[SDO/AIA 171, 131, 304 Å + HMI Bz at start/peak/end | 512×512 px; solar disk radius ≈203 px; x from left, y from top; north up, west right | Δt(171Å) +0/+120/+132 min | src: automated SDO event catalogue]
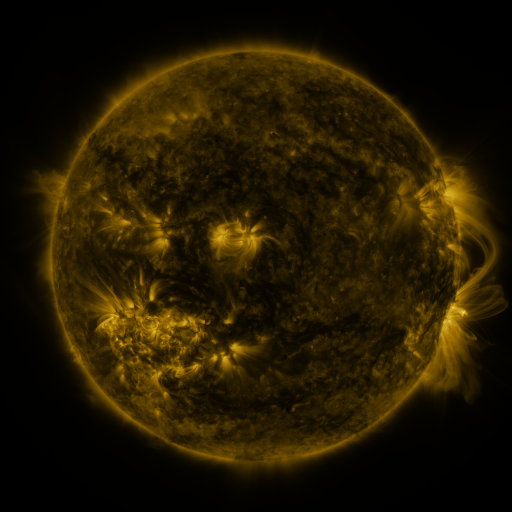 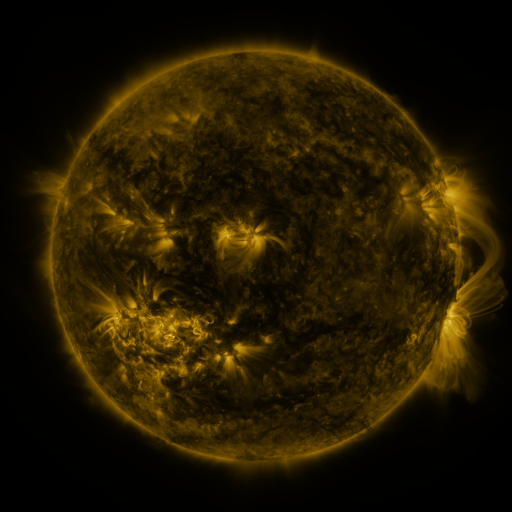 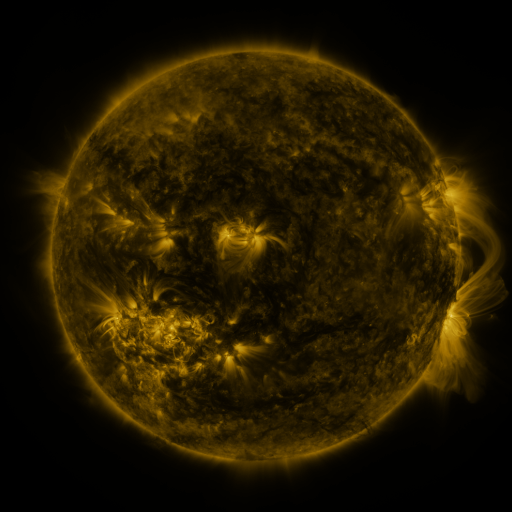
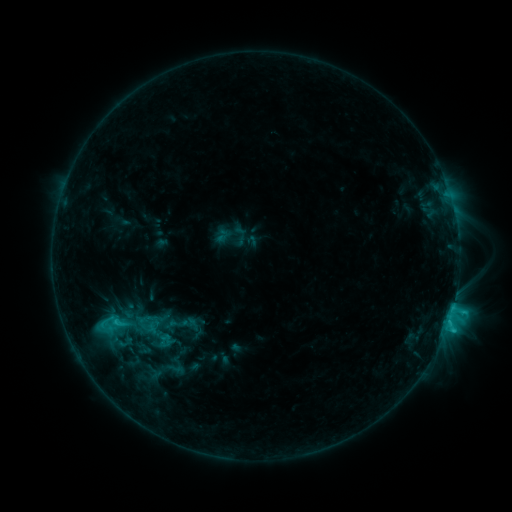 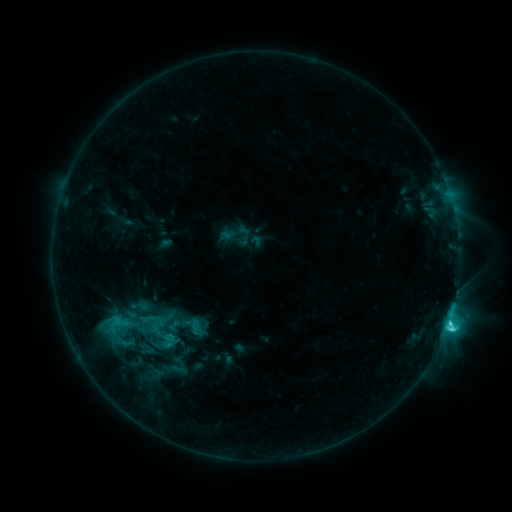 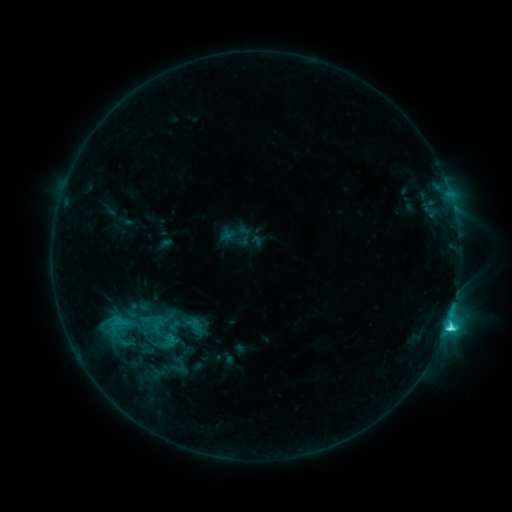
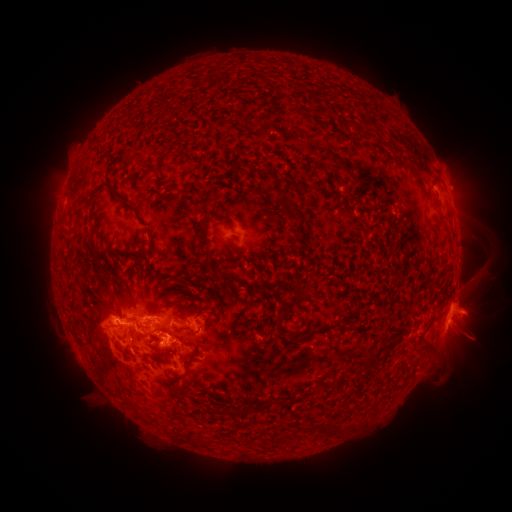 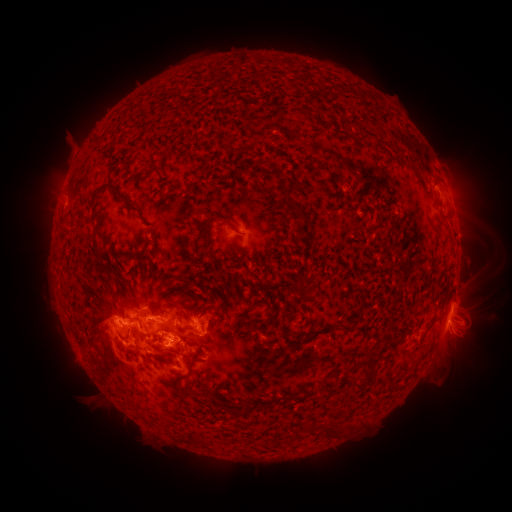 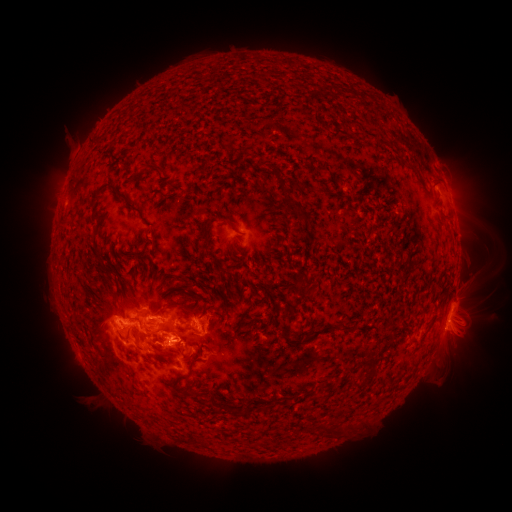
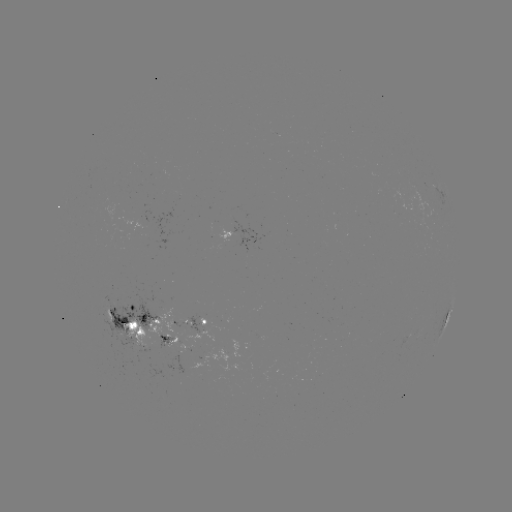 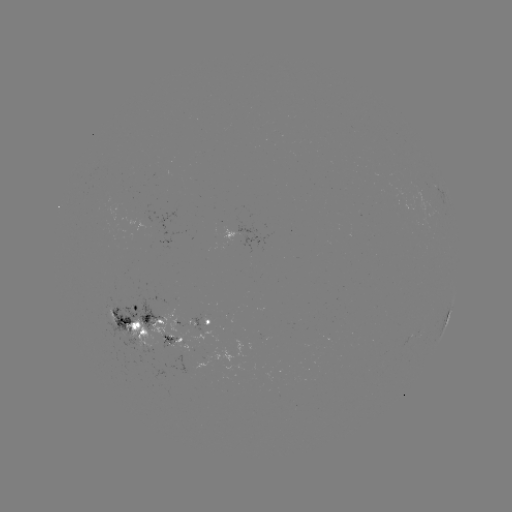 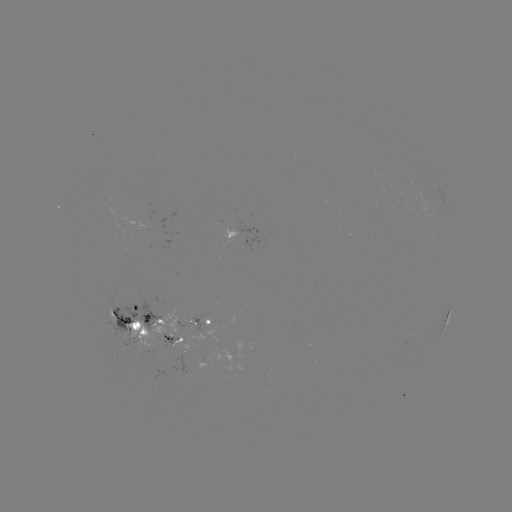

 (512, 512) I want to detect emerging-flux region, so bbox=[104, 305, 117, 325].